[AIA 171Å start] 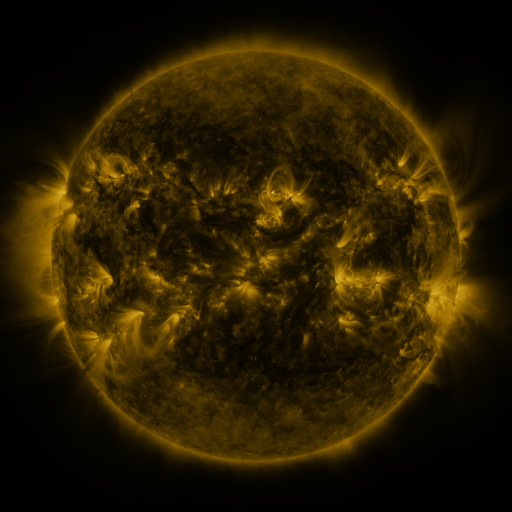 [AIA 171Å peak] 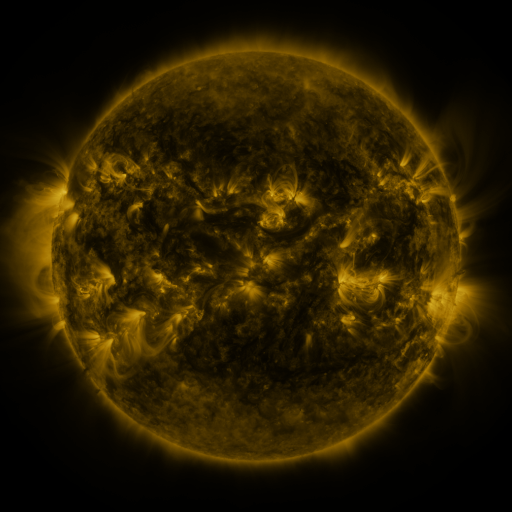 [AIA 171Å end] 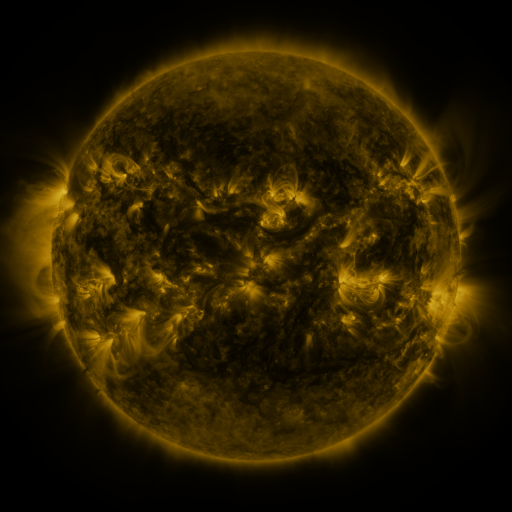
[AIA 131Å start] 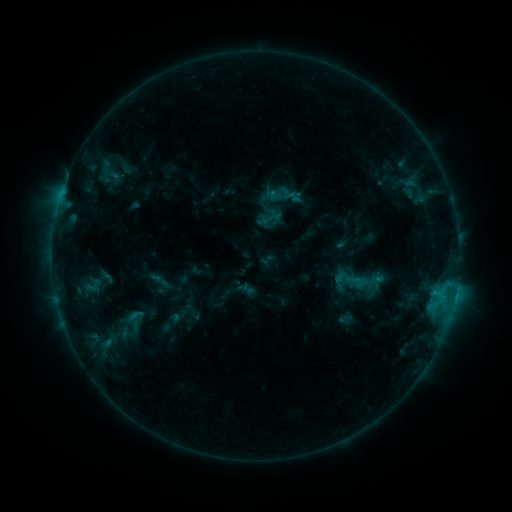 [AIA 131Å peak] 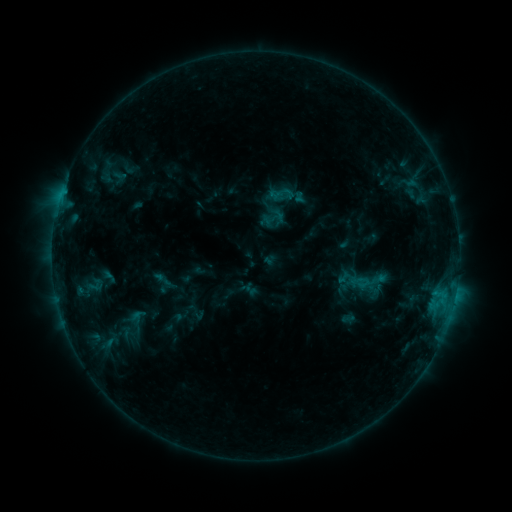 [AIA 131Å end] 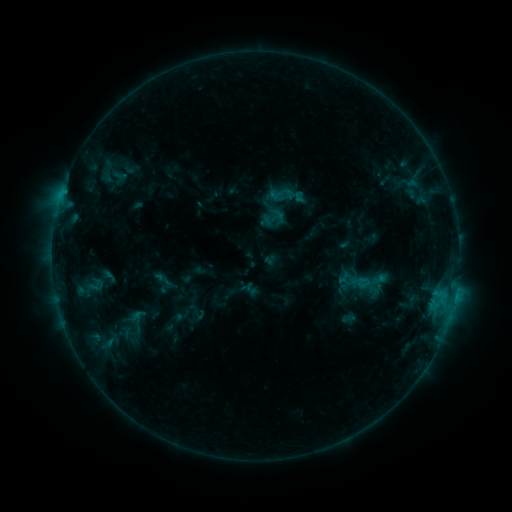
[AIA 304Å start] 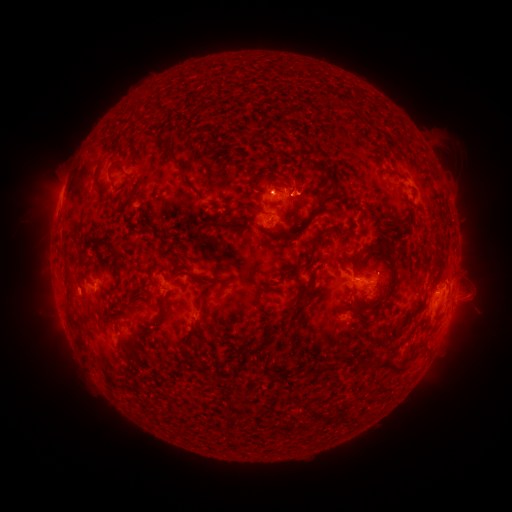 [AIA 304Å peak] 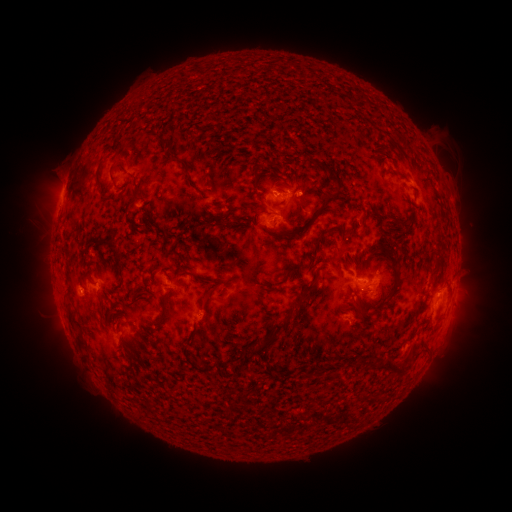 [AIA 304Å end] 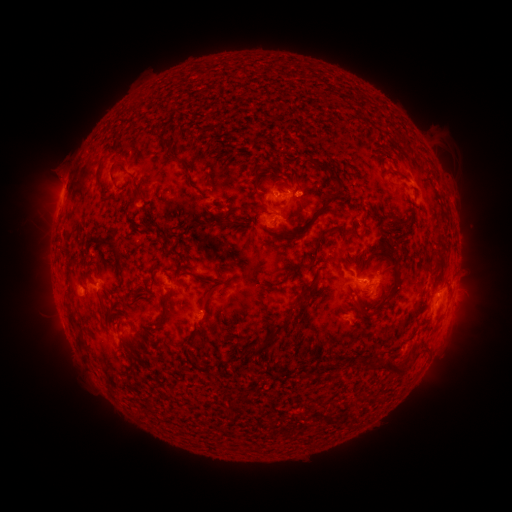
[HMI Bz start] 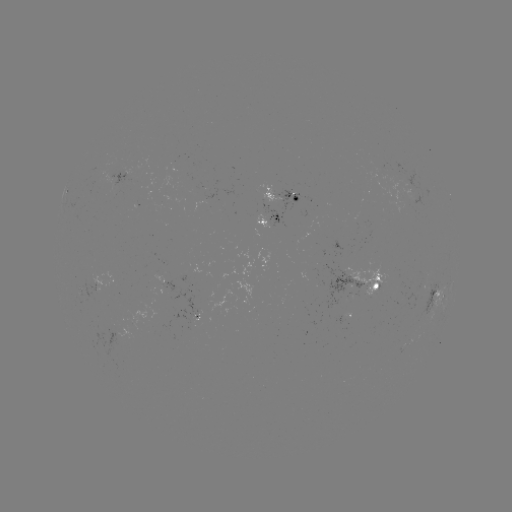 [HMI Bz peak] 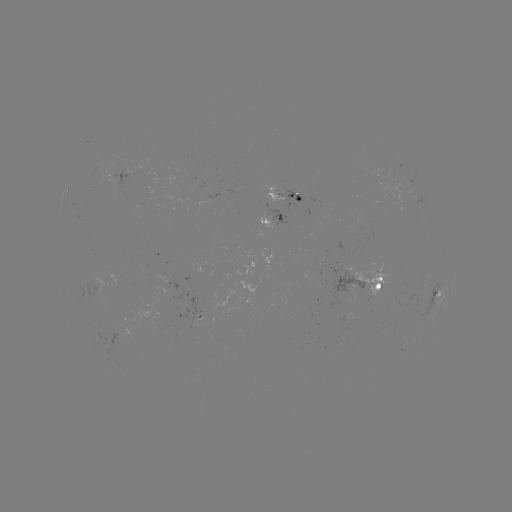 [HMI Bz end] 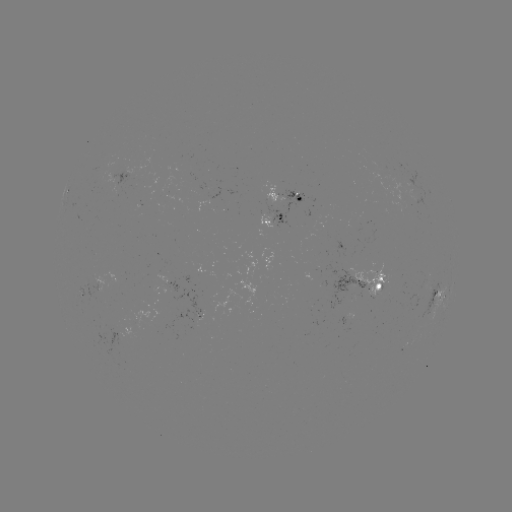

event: emerging-flux region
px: (118, 328)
